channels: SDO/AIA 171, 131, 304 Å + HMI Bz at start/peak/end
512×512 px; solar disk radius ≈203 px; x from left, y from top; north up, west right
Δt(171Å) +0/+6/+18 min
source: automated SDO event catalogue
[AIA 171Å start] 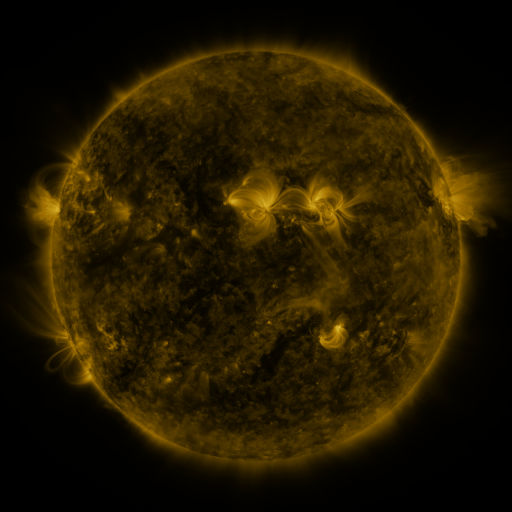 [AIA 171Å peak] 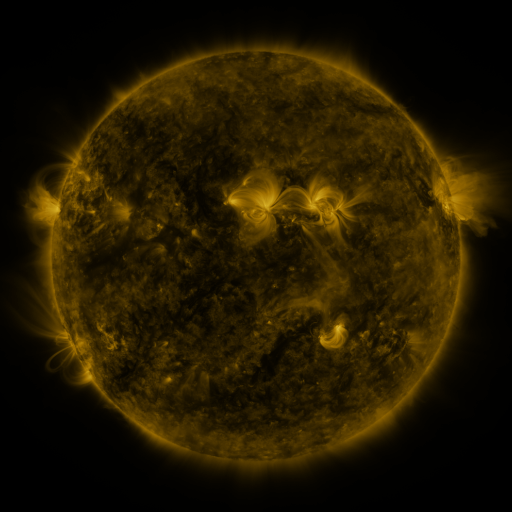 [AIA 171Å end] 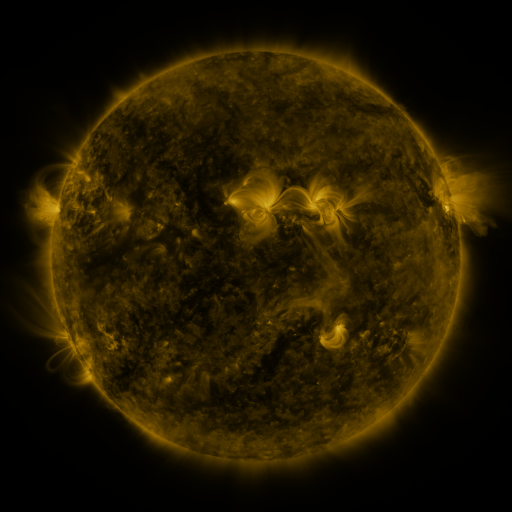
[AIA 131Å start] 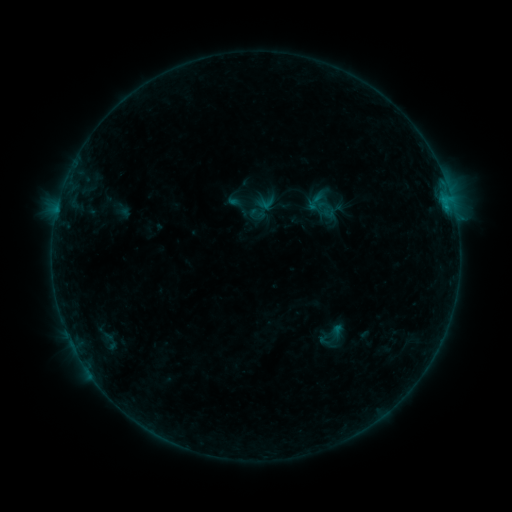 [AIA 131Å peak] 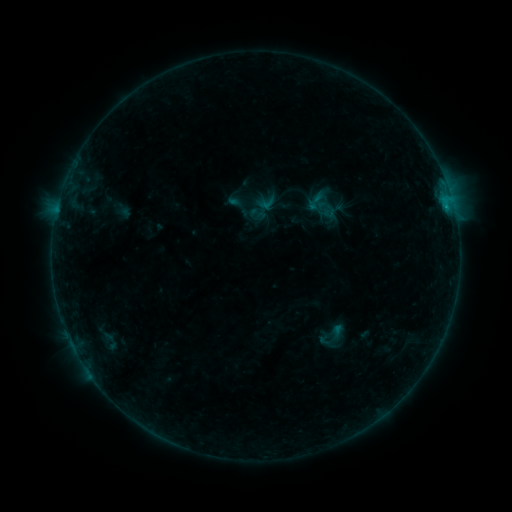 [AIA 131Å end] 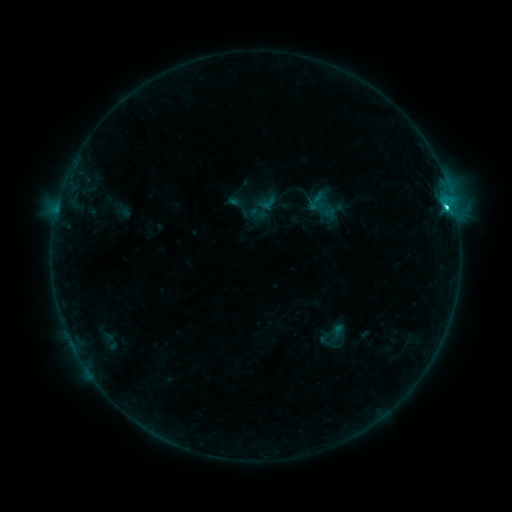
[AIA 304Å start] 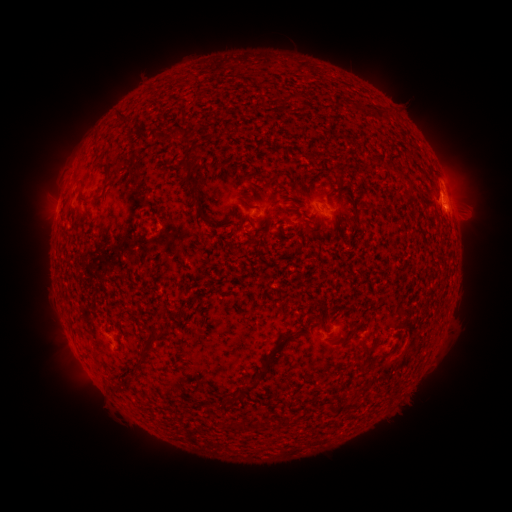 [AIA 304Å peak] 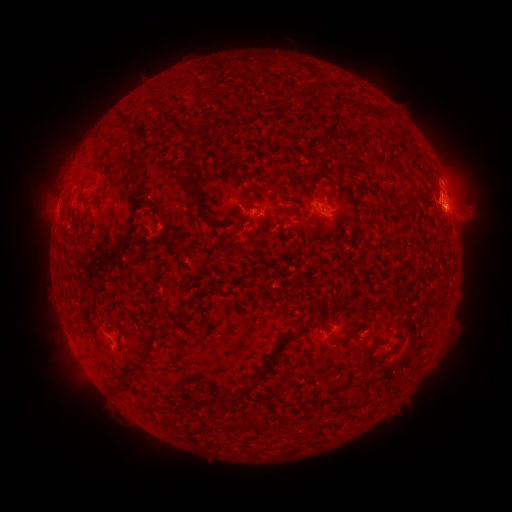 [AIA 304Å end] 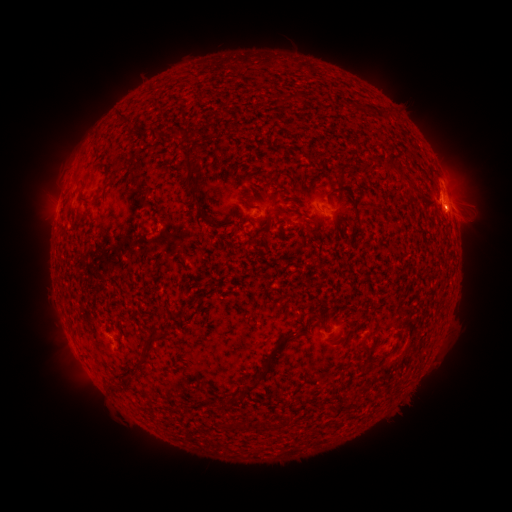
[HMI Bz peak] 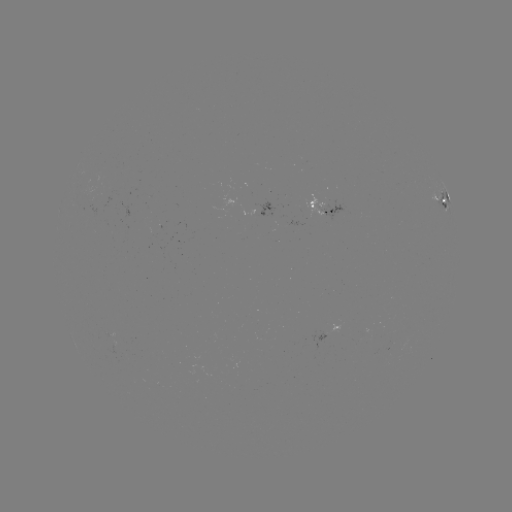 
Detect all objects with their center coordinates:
C2.4 flare: (446, 208)
